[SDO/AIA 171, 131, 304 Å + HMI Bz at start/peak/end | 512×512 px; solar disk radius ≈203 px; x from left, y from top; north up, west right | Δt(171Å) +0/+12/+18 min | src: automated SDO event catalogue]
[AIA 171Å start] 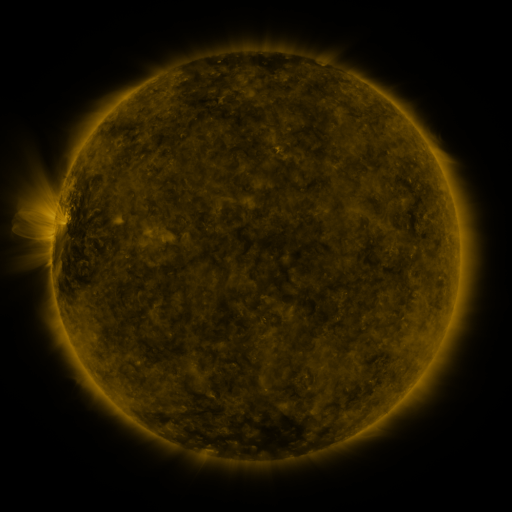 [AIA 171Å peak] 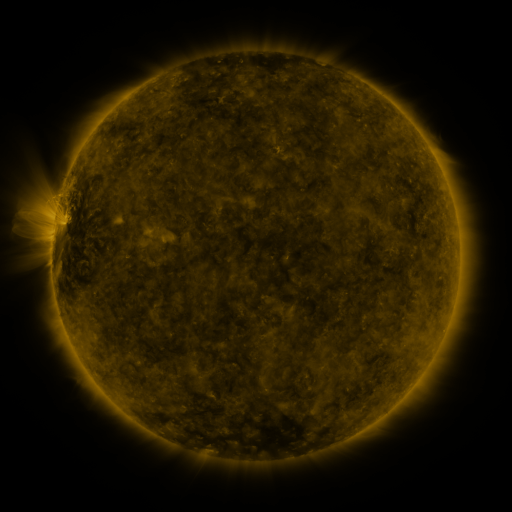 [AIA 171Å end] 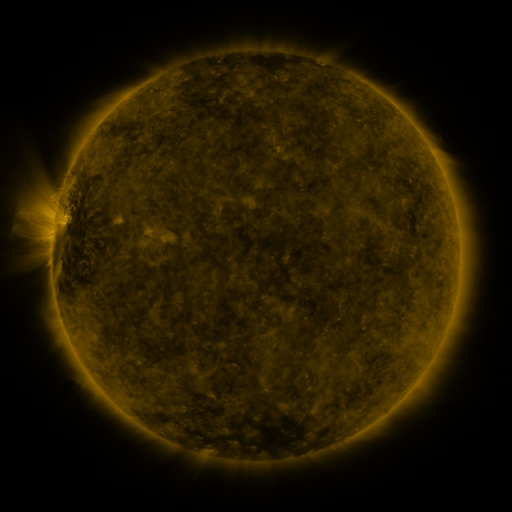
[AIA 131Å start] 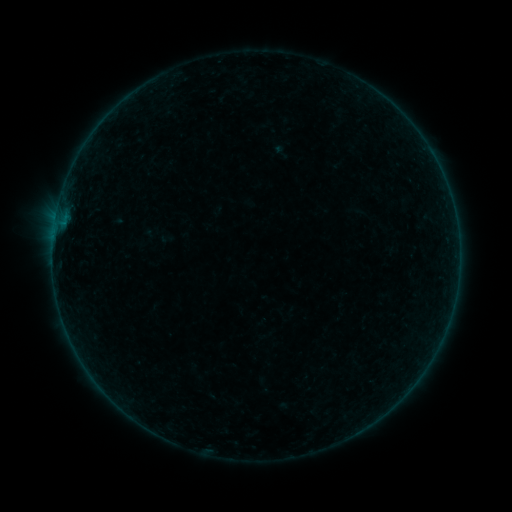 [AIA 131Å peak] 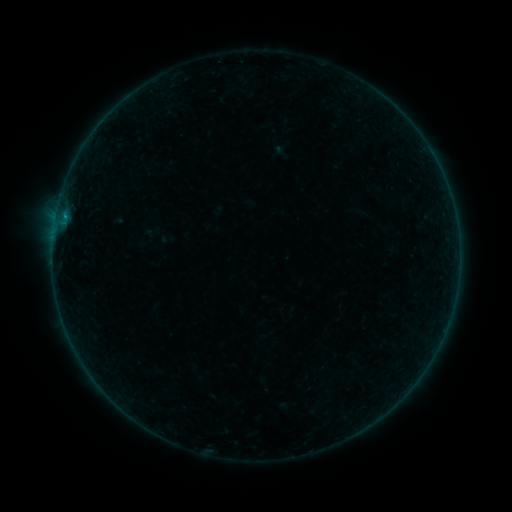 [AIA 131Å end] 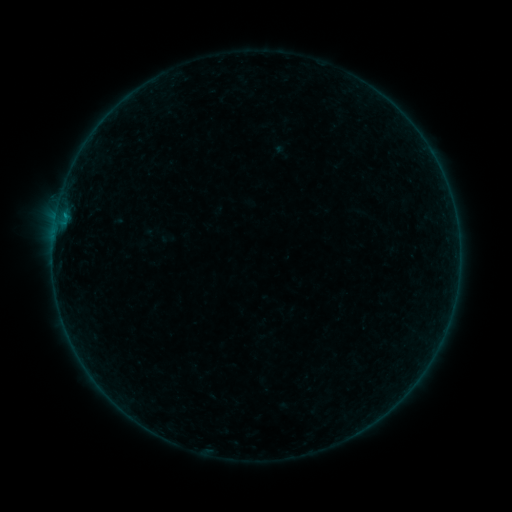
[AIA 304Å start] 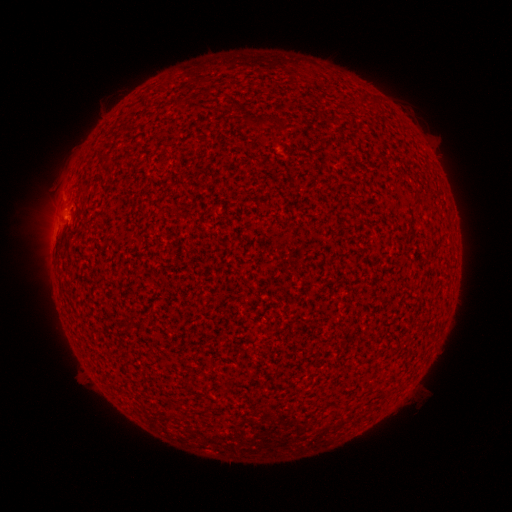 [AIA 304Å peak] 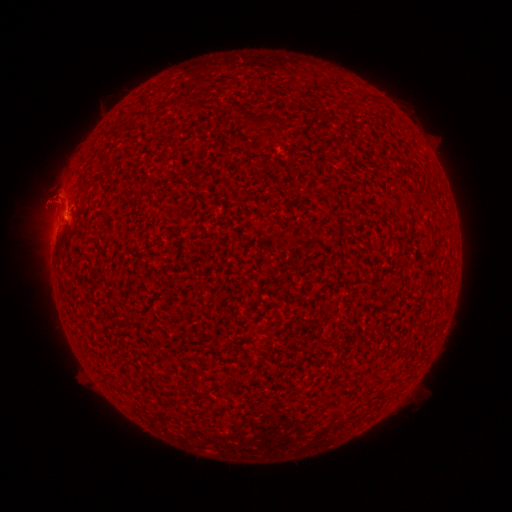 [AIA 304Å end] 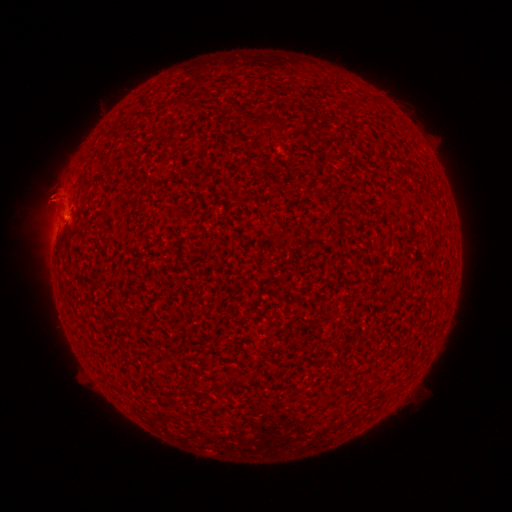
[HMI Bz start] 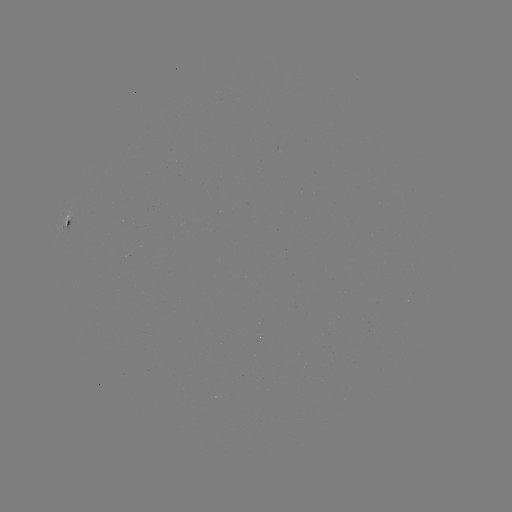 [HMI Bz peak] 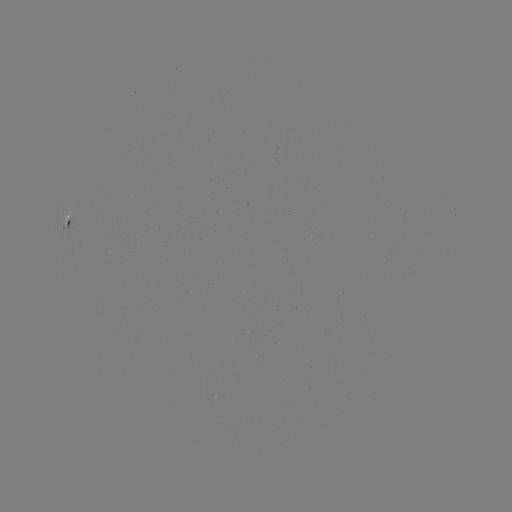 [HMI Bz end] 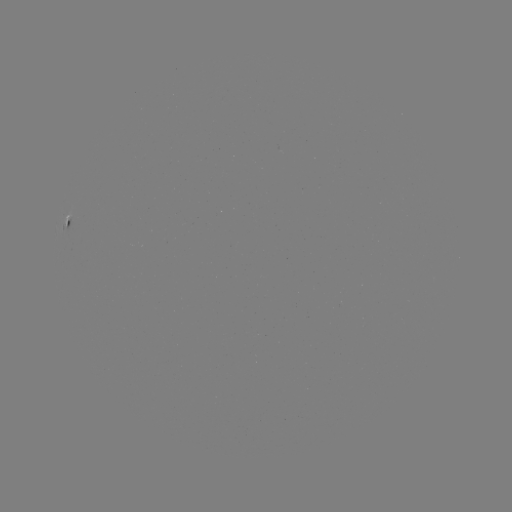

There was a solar flare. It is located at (66, 219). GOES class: B2.7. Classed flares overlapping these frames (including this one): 1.